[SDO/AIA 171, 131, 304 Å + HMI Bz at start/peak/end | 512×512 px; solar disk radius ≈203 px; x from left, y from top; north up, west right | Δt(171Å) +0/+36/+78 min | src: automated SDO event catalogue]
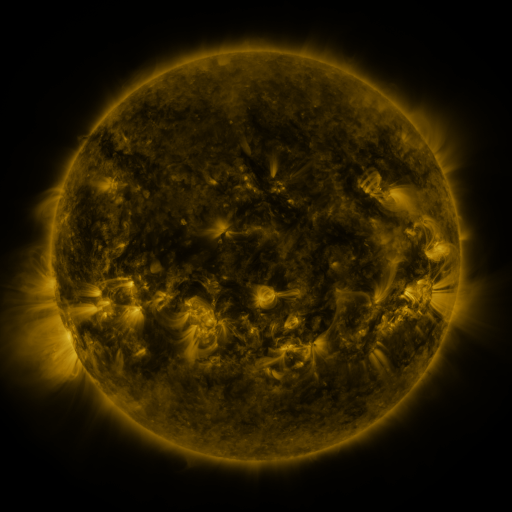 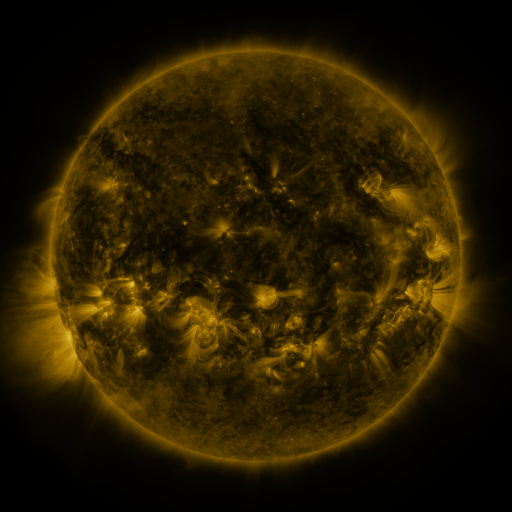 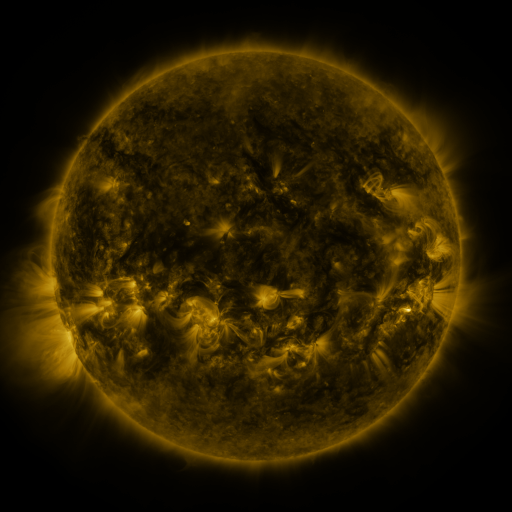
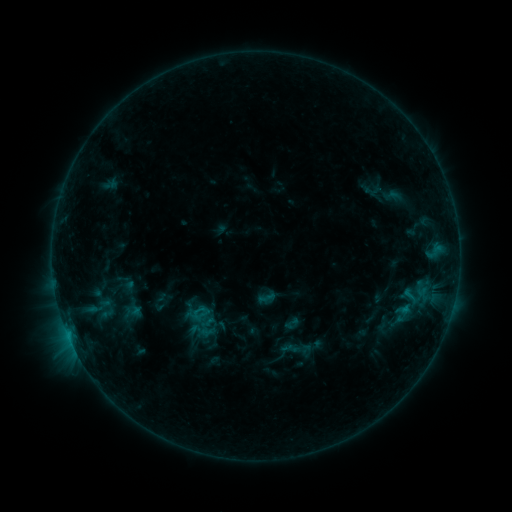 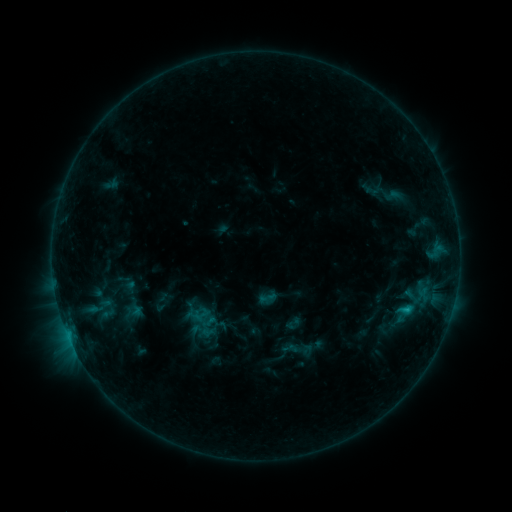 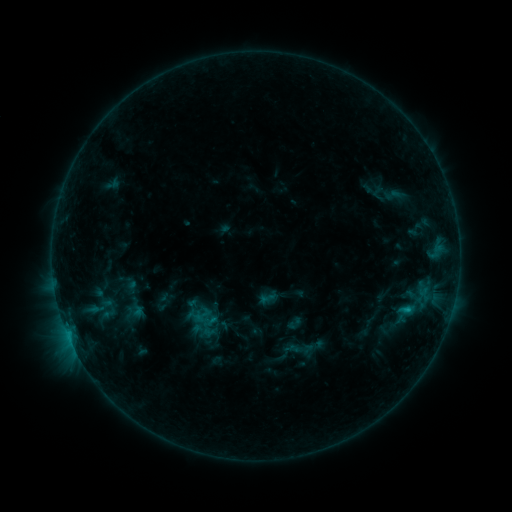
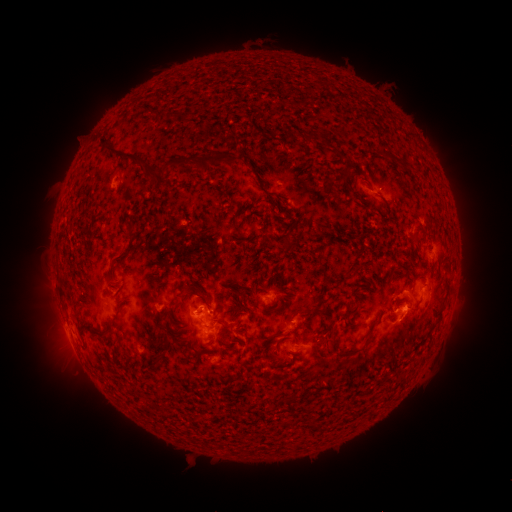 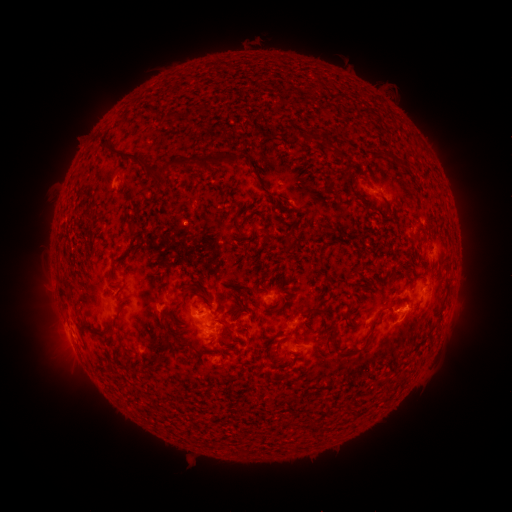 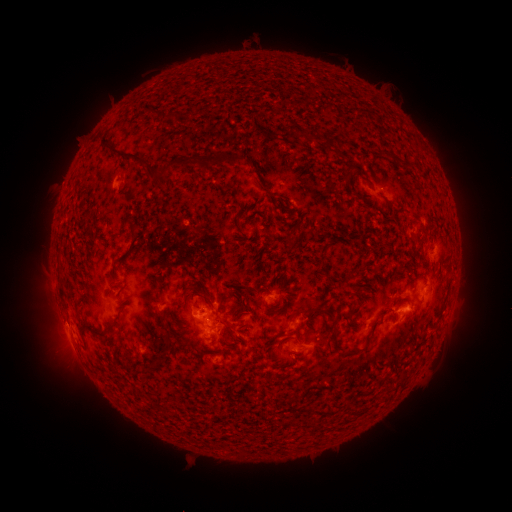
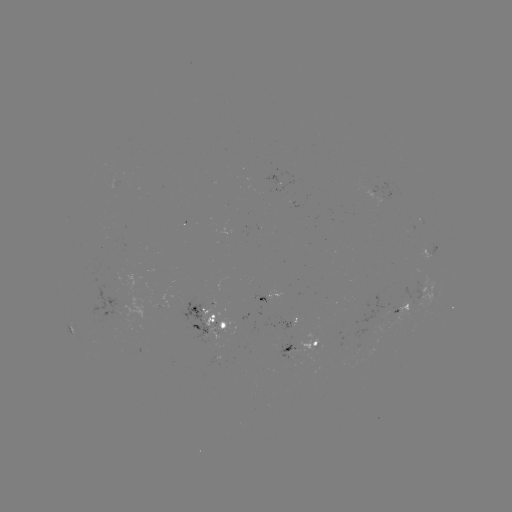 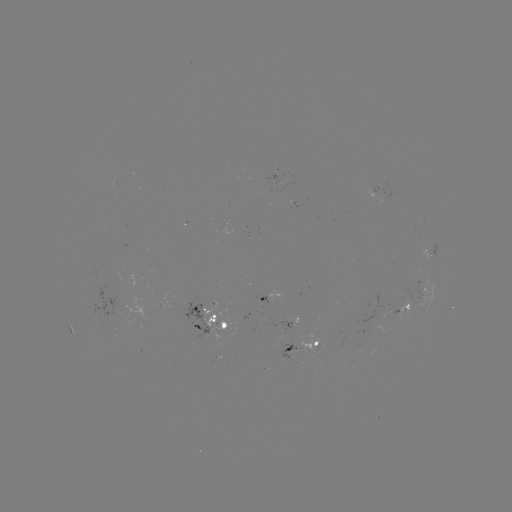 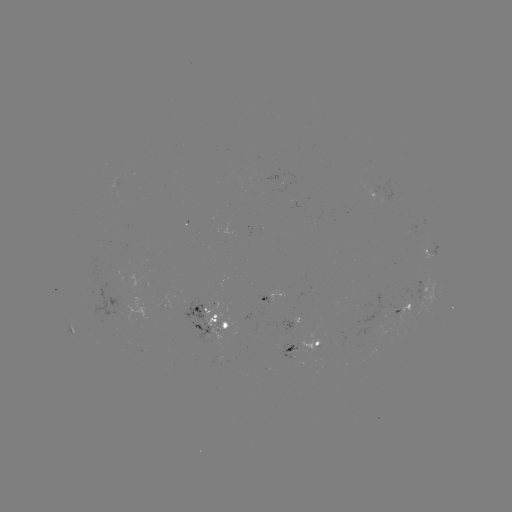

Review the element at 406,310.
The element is C1.2 flare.